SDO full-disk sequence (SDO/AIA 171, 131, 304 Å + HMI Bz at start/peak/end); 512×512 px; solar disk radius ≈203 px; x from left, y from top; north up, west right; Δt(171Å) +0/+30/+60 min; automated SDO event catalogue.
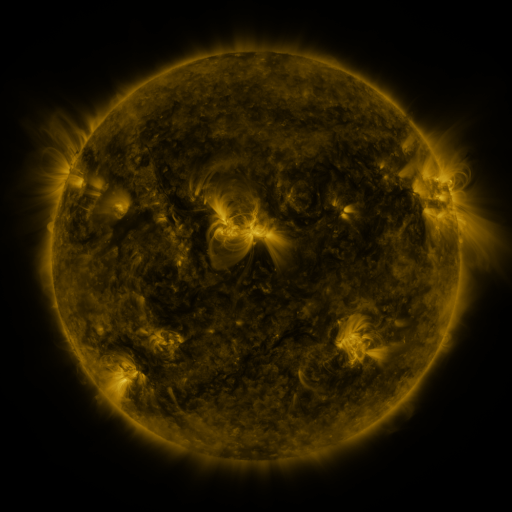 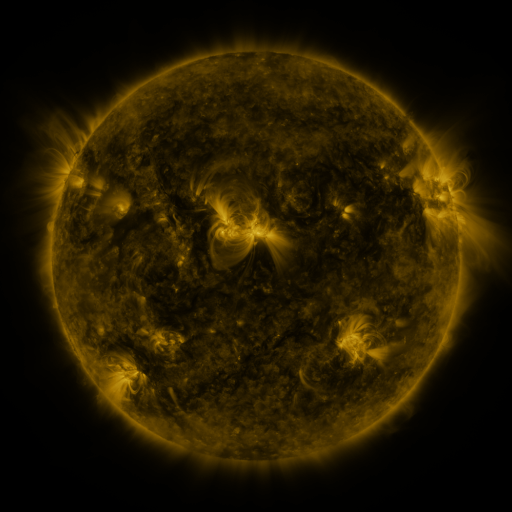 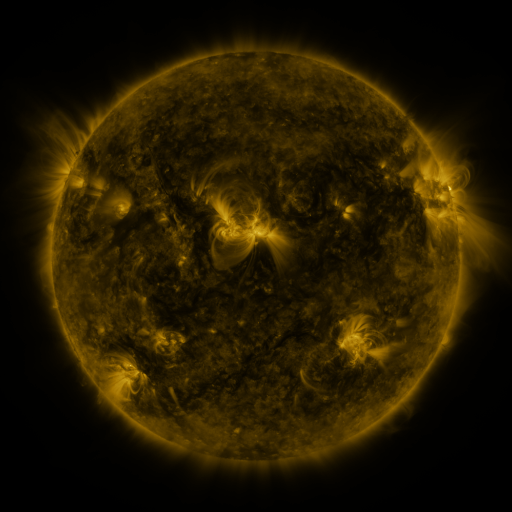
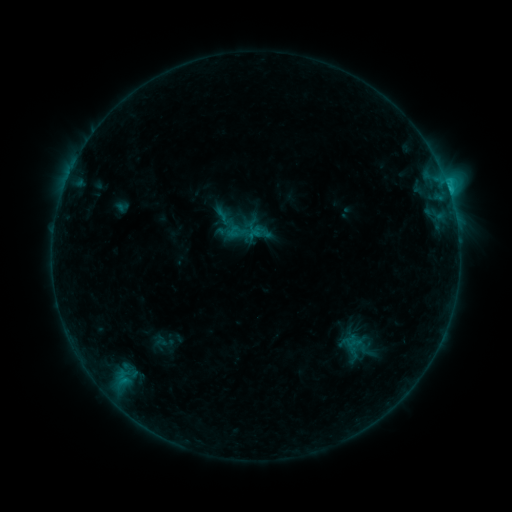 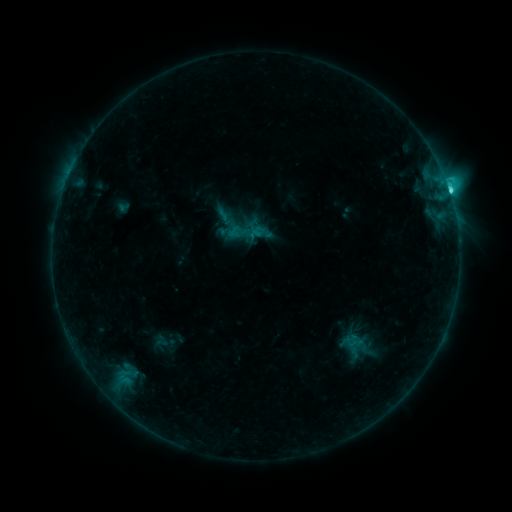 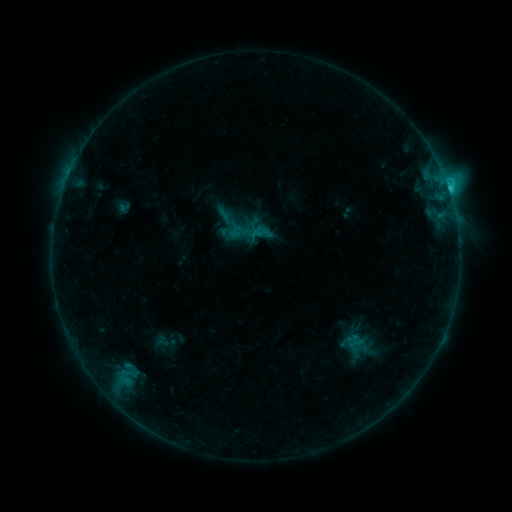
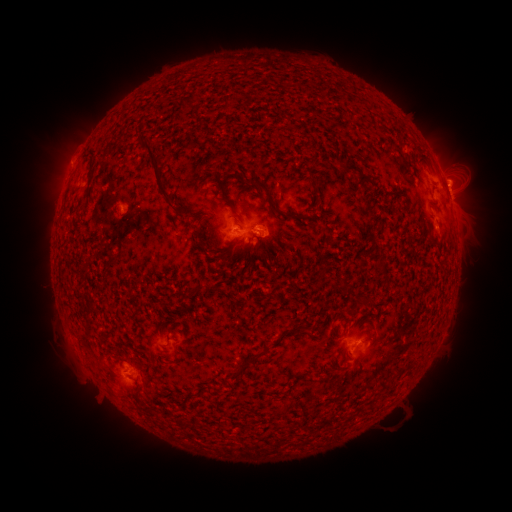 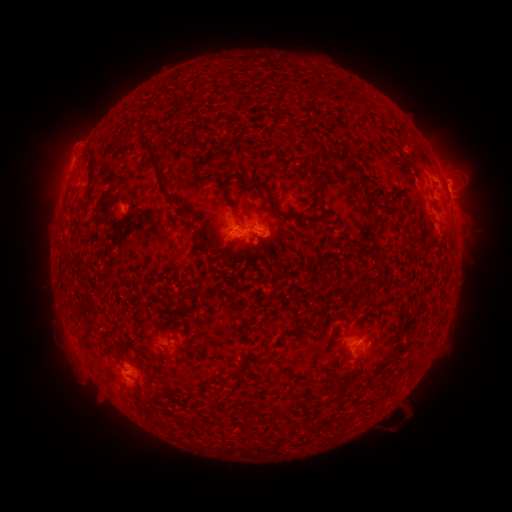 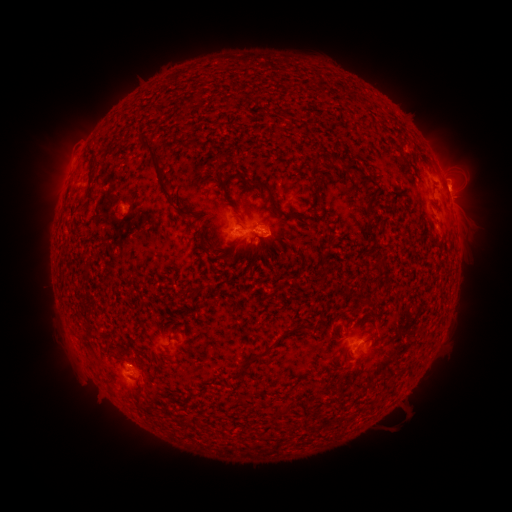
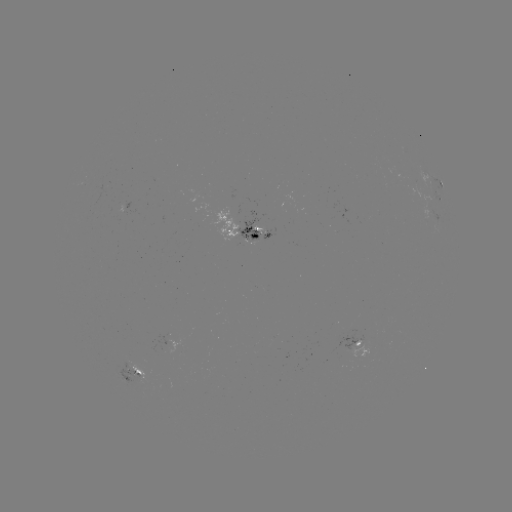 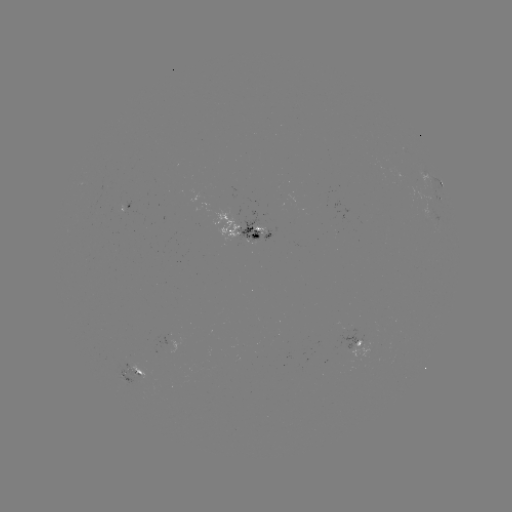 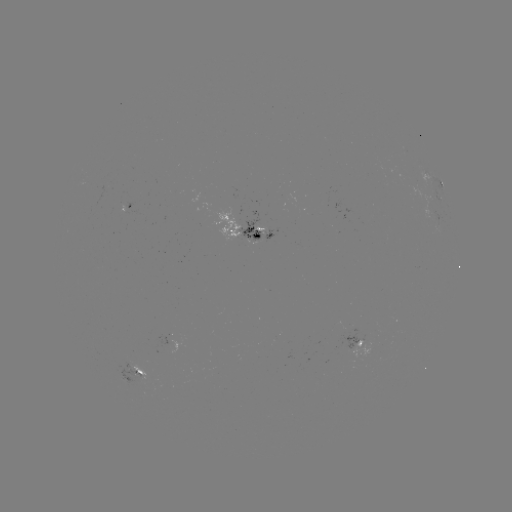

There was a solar flare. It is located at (449, 194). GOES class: C4.6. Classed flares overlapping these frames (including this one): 1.